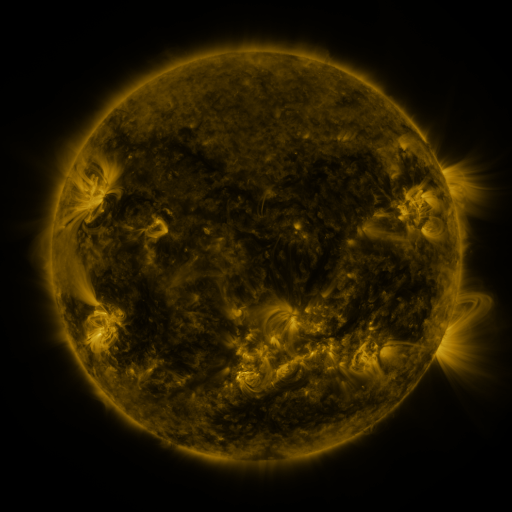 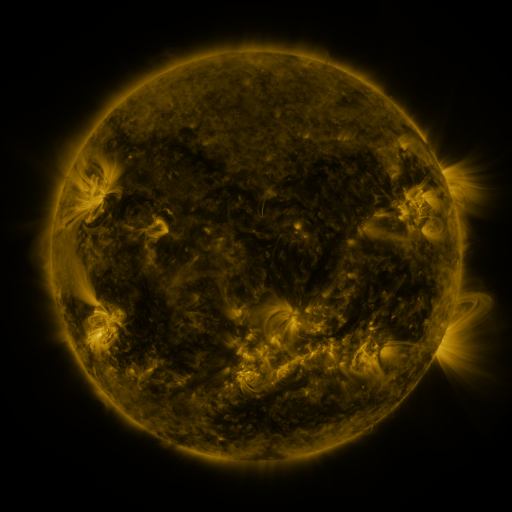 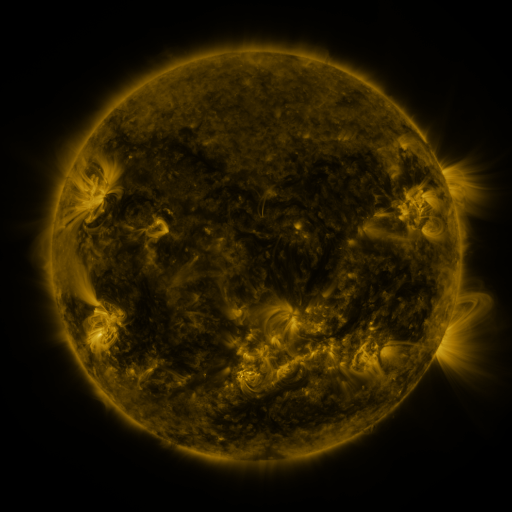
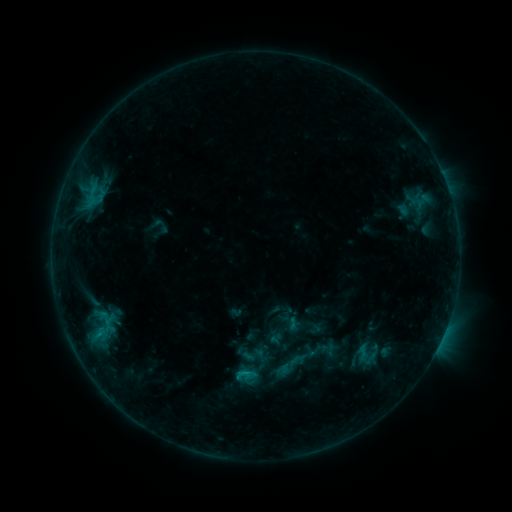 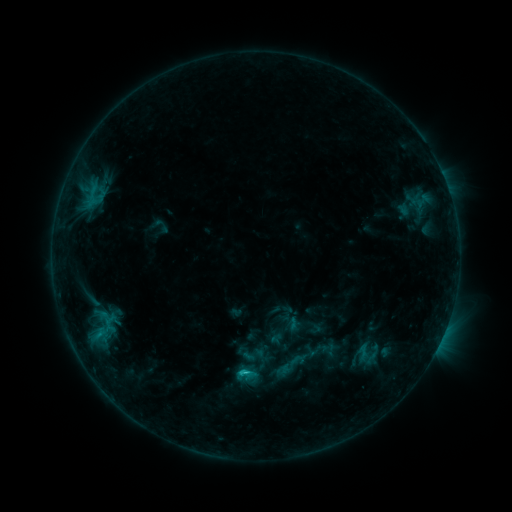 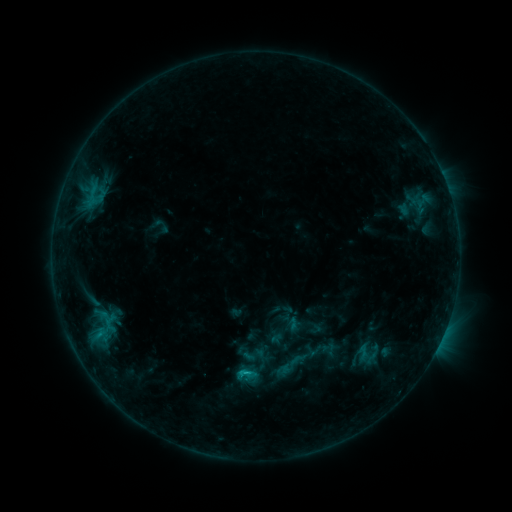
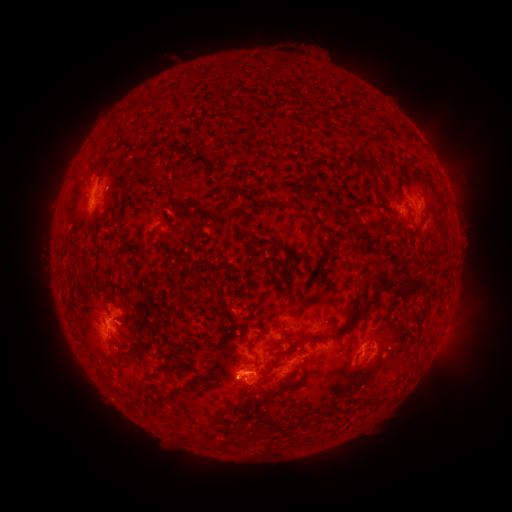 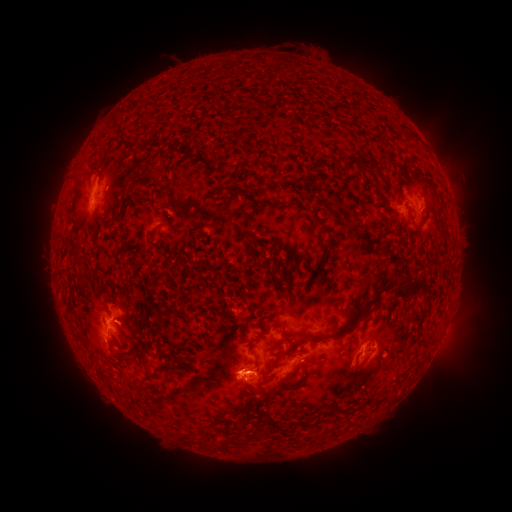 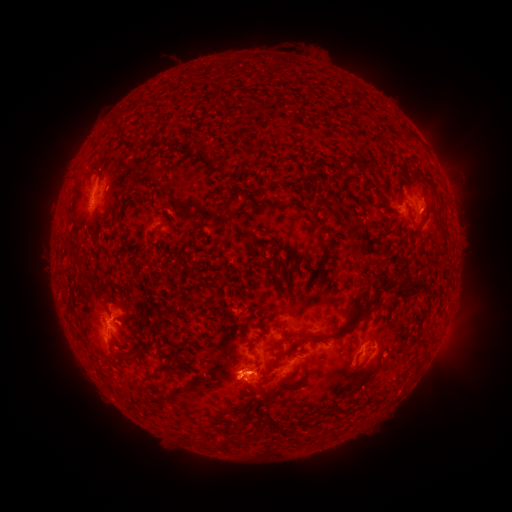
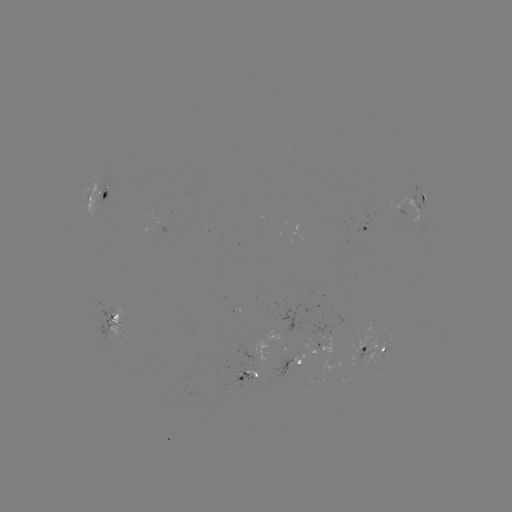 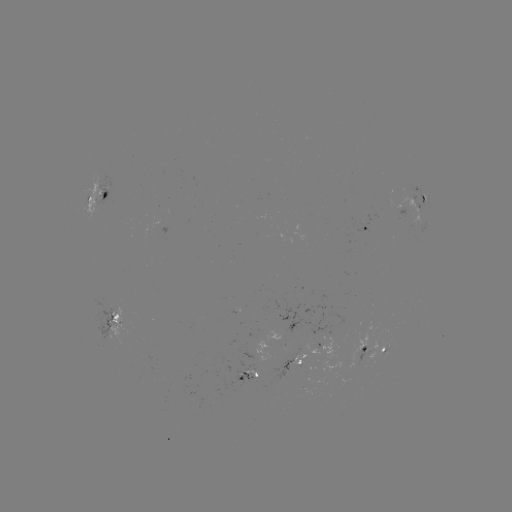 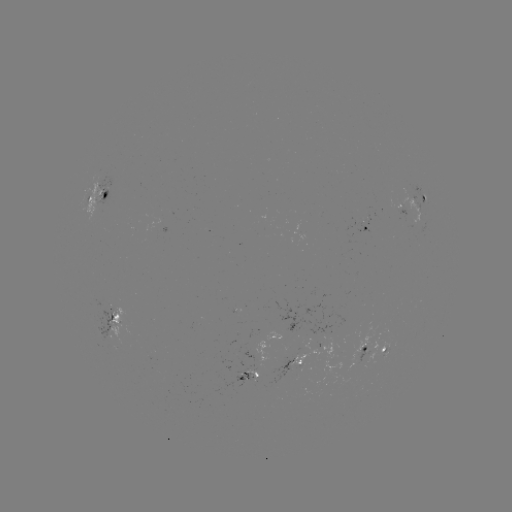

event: flare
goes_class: C1.1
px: (246, 371)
